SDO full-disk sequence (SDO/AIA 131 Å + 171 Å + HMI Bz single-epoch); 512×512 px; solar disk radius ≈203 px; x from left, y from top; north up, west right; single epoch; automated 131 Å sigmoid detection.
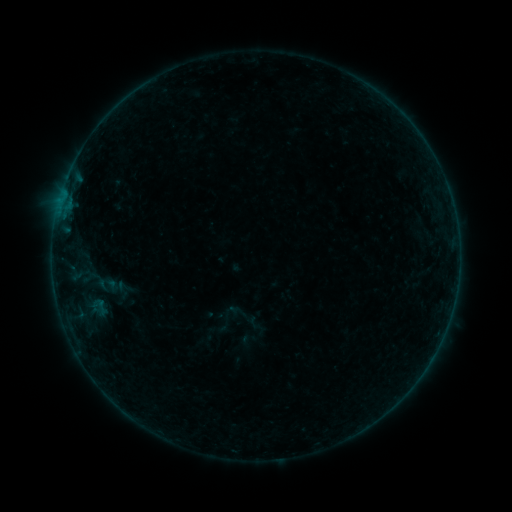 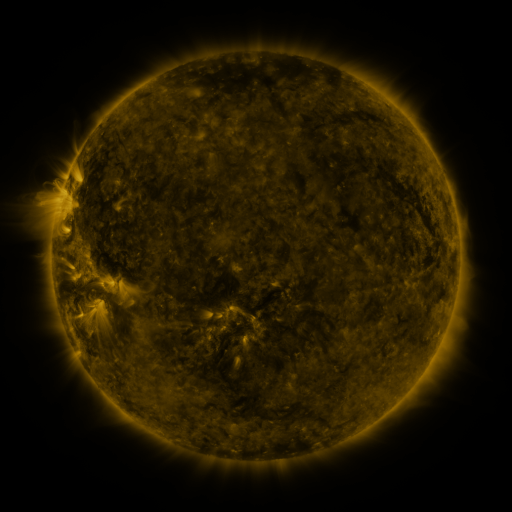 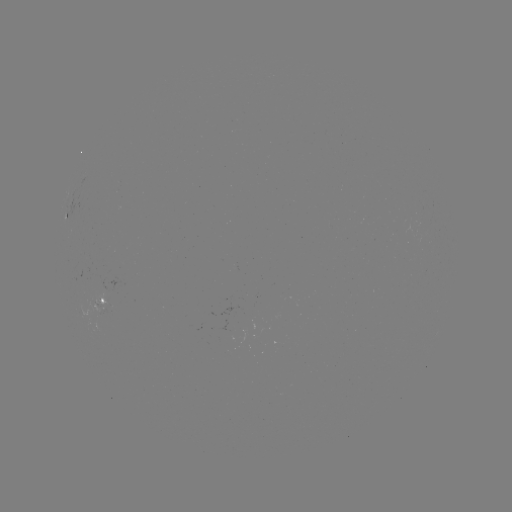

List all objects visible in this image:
sigmoid: (99, 307)
